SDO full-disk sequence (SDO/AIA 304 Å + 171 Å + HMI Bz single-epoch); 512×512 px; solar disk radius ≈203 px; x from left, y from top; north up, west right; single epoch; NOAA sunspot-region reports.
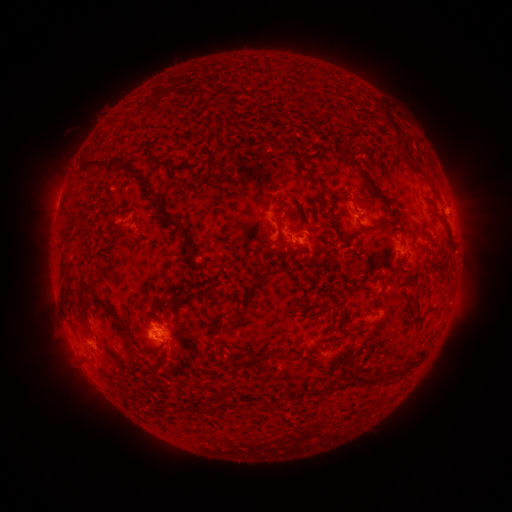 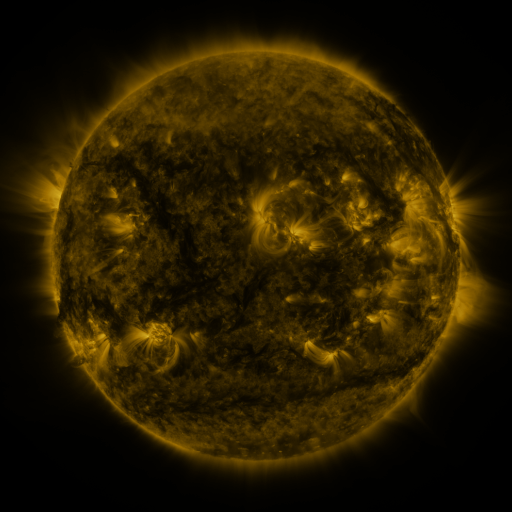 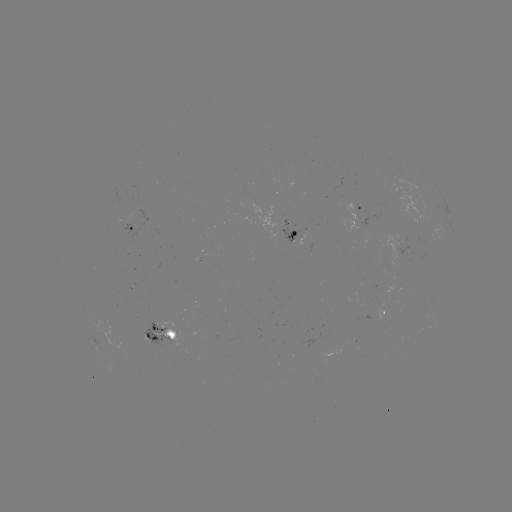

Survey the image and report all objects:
spotted active region: (361, 210)
spotted active region: (135, 230)
spotted active region: (297, 238)
spotted active region: (373, 315)
spotted active region: (164, 333)
